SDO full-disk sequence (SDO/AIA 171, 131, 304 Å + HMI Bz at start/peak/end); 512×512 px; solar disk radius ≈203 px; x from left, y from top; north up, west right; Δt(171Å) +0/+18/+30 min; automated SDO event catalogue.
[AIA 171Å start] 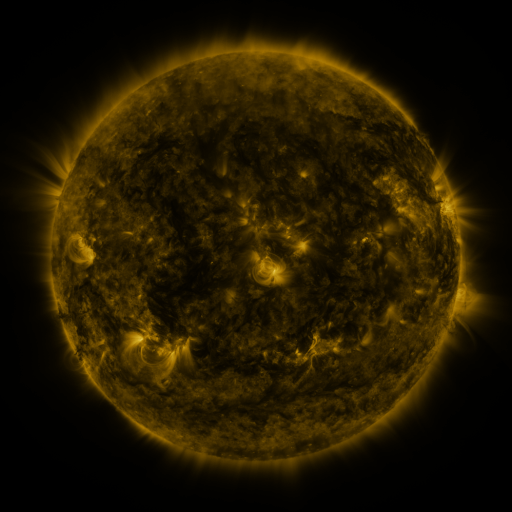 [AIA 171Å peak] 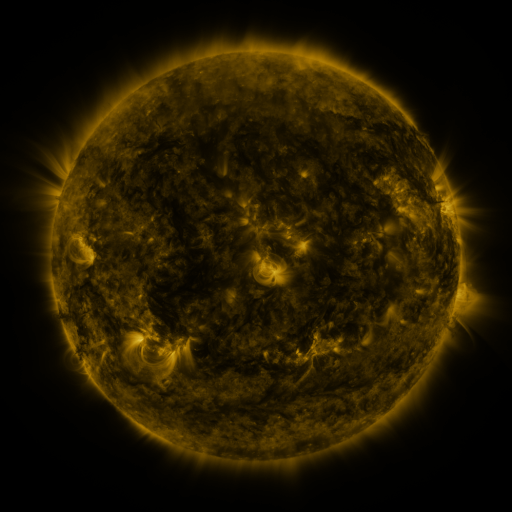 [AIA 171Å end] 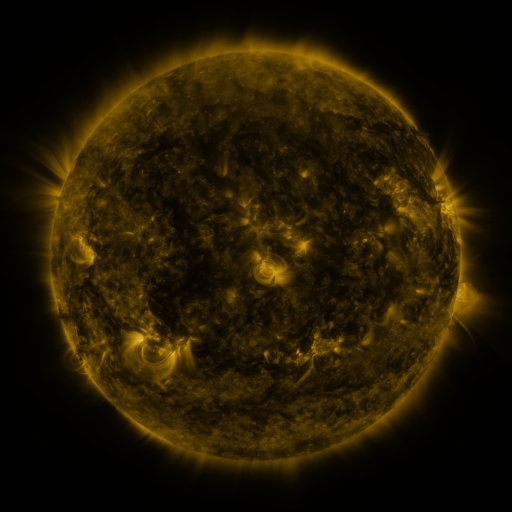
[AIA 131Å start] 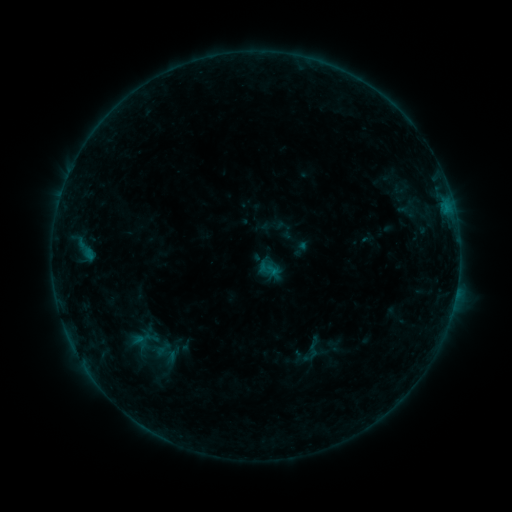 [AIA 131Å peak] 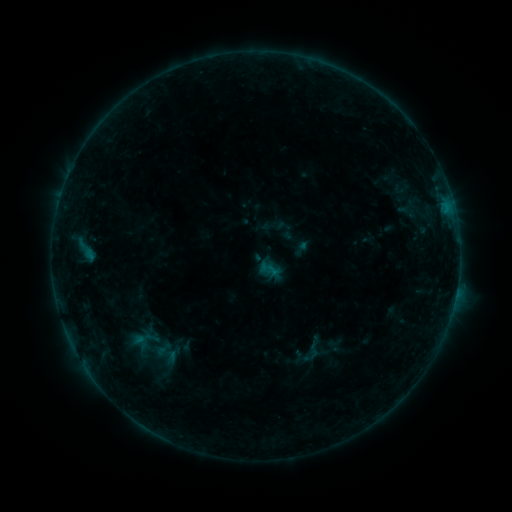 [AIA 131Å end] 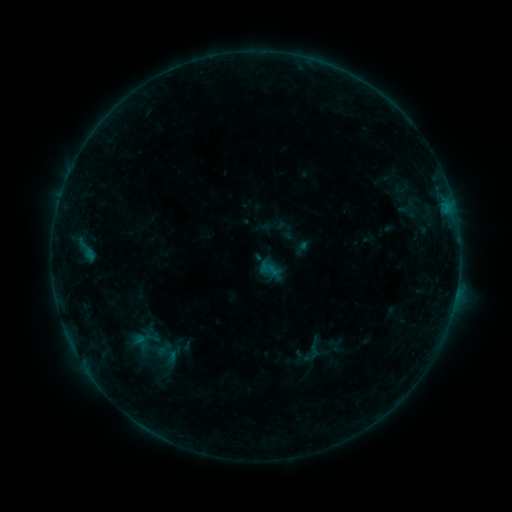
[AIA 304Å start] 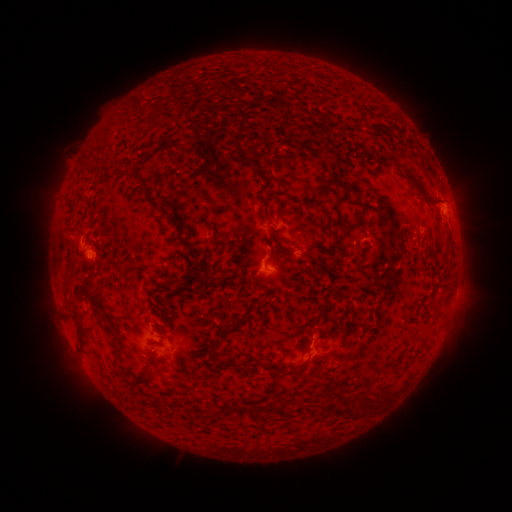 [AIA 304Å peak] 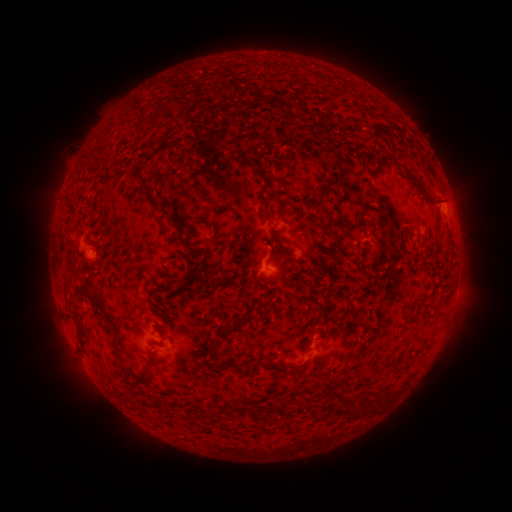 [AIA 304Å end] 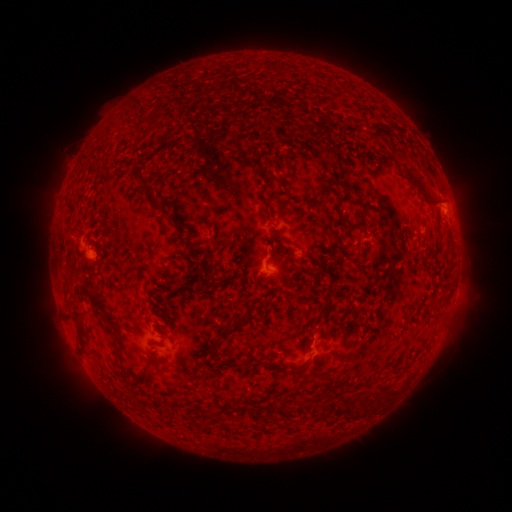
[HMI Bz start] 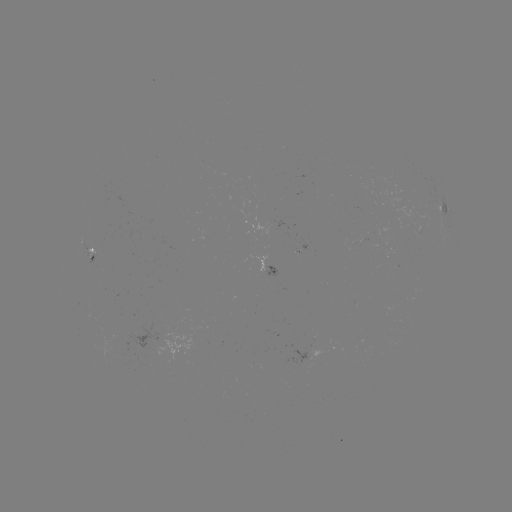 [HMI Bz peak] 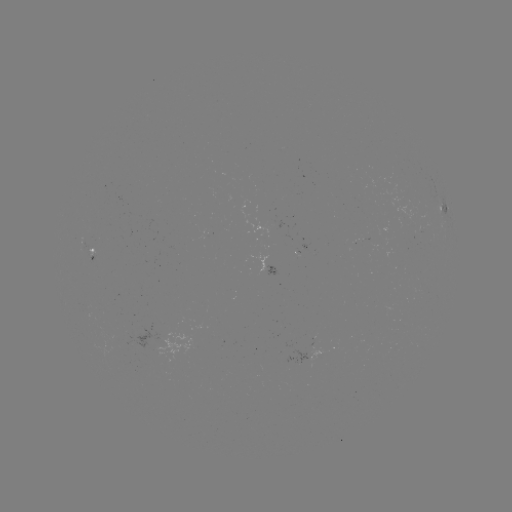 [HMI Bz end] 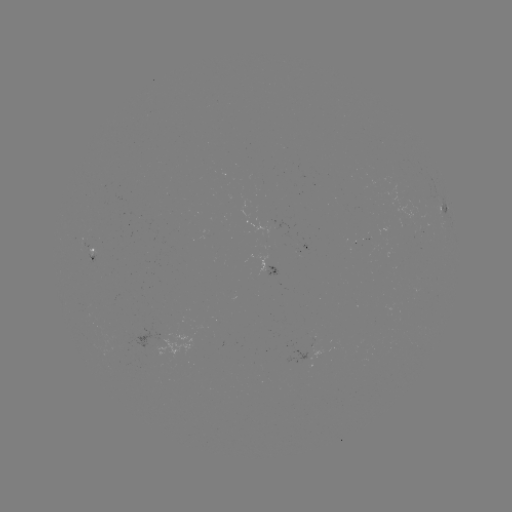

no catalogued flare and no flagged EUV brightening in this window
